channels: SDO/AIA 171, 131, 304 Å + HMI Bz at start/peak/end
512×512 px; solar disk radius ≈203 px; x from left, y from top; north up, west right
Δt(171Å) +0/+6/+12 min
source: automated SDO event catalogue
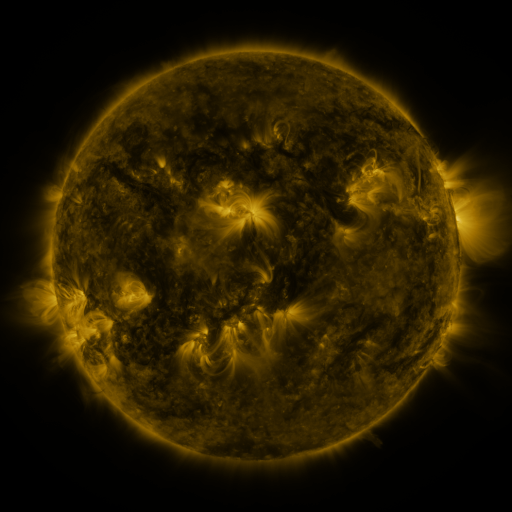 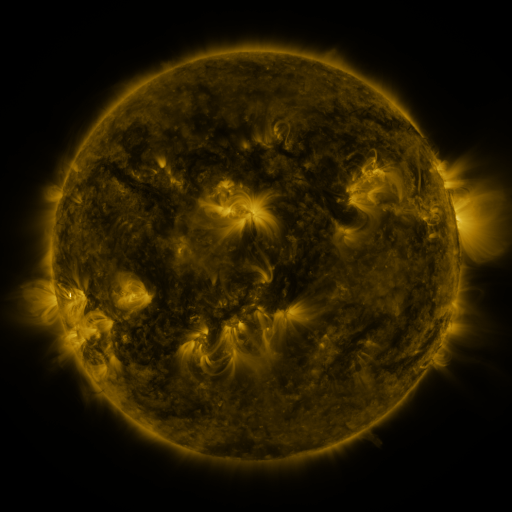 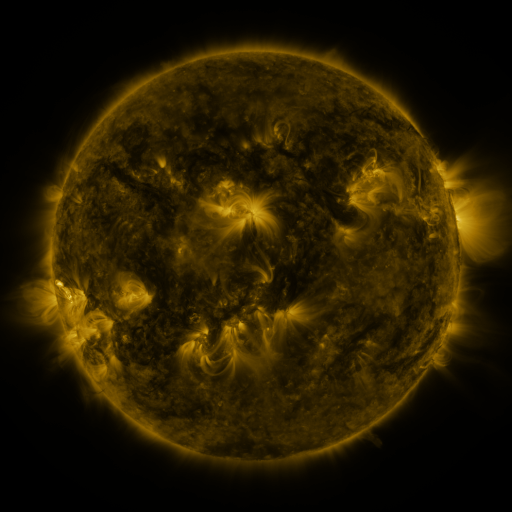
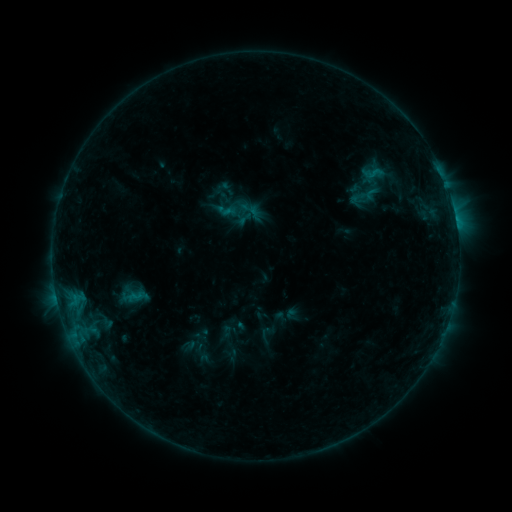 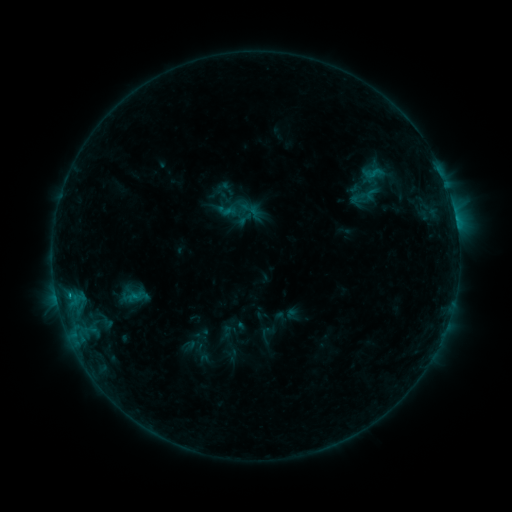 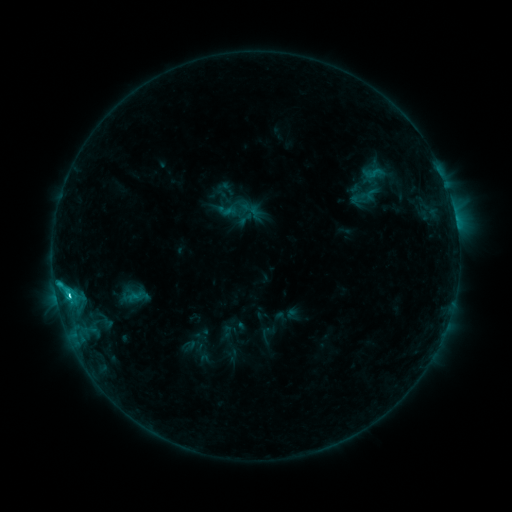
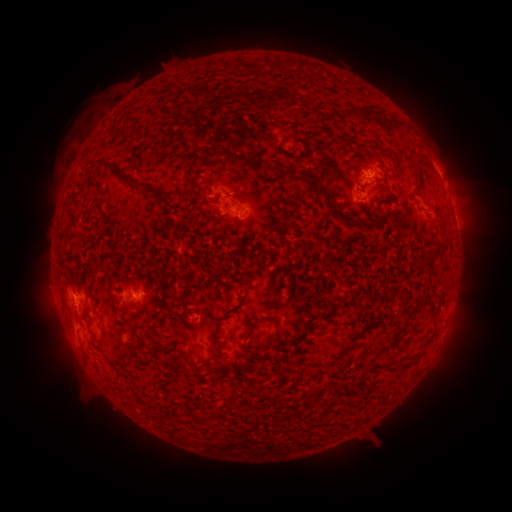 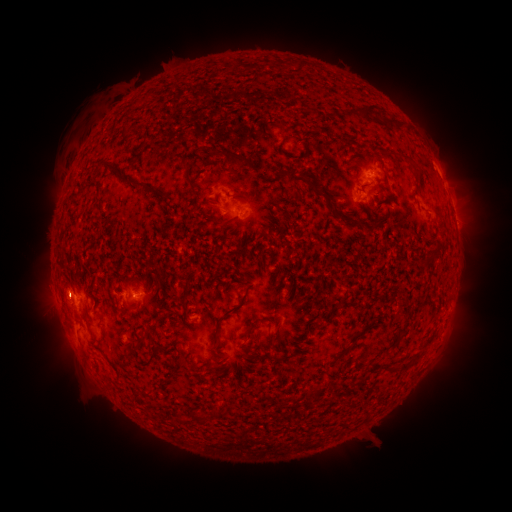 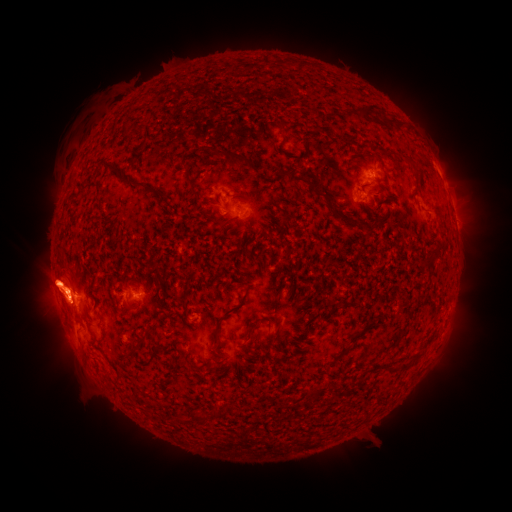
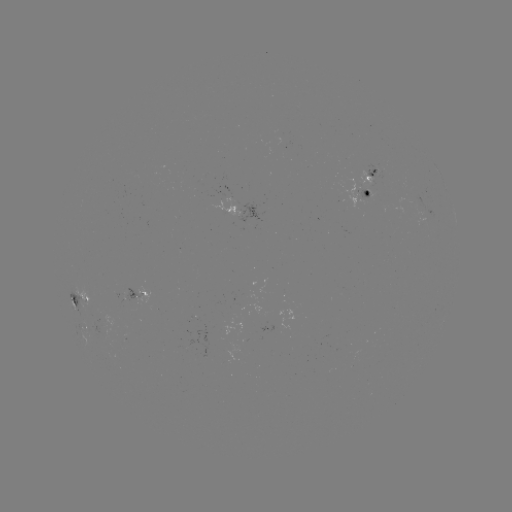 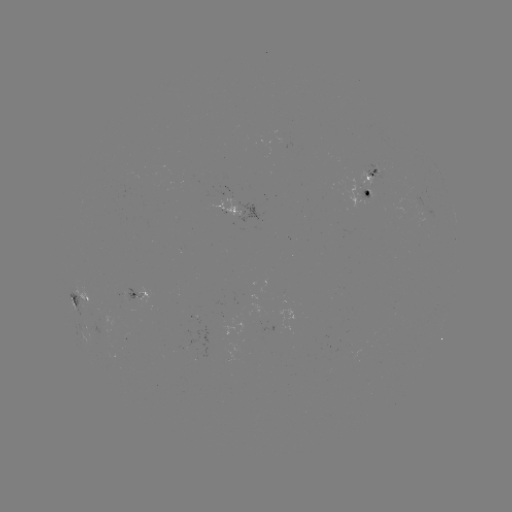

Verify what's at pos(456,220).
C2.7 flare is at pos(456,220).